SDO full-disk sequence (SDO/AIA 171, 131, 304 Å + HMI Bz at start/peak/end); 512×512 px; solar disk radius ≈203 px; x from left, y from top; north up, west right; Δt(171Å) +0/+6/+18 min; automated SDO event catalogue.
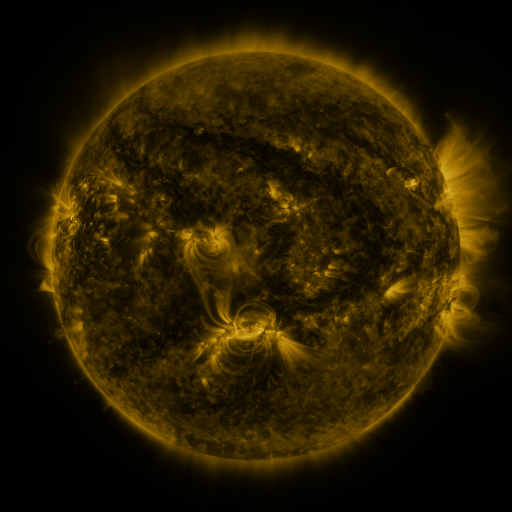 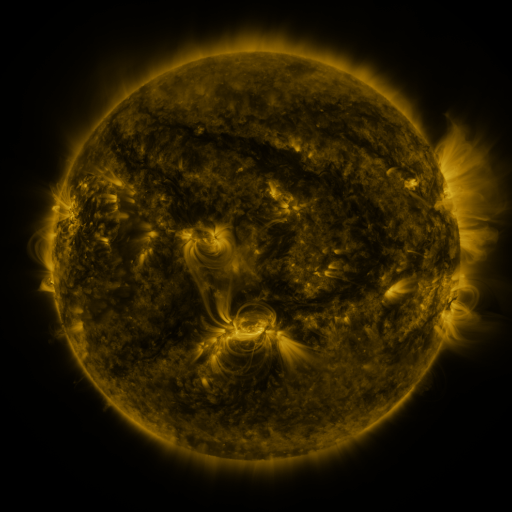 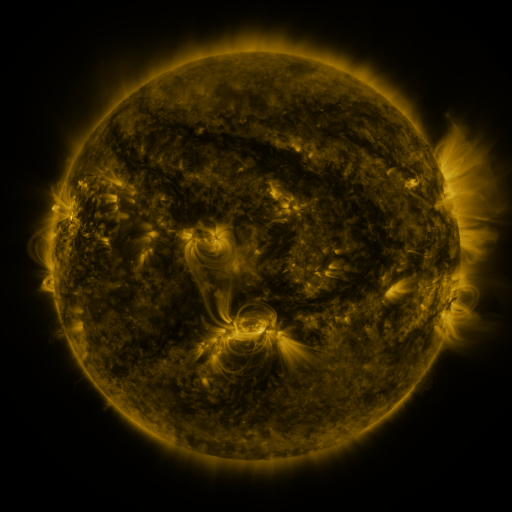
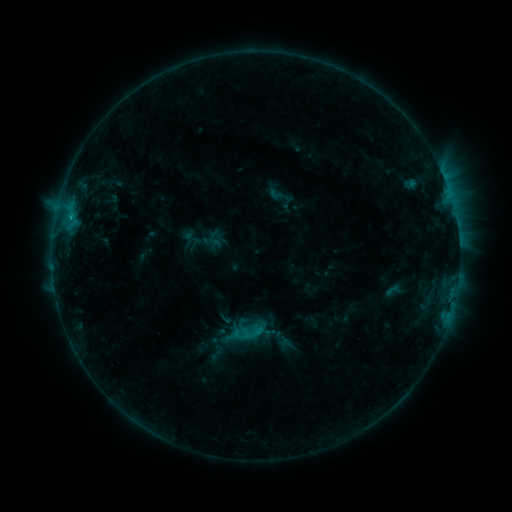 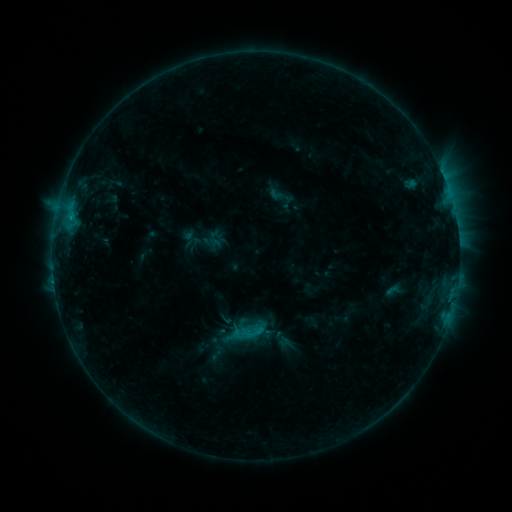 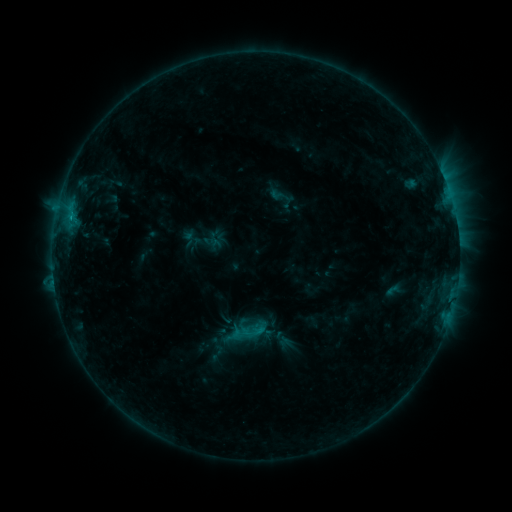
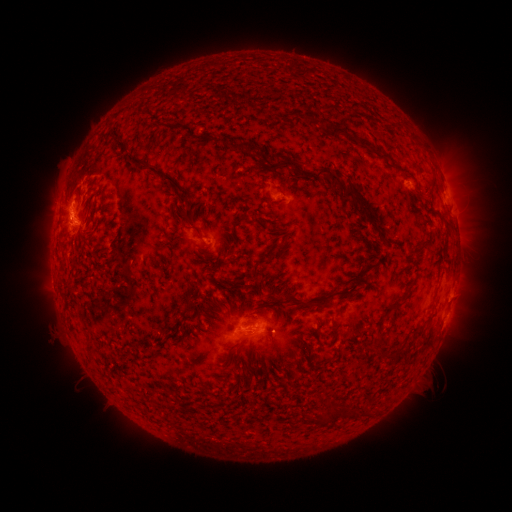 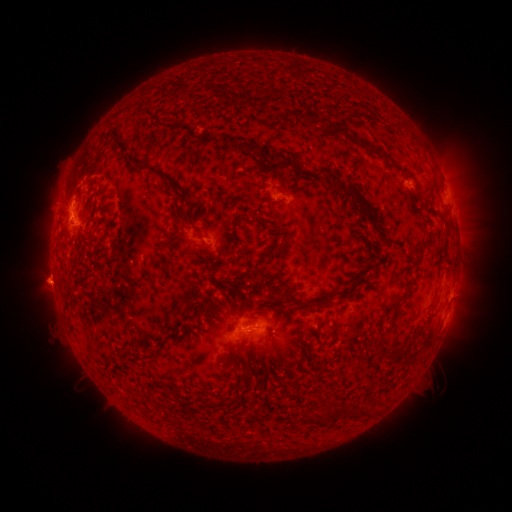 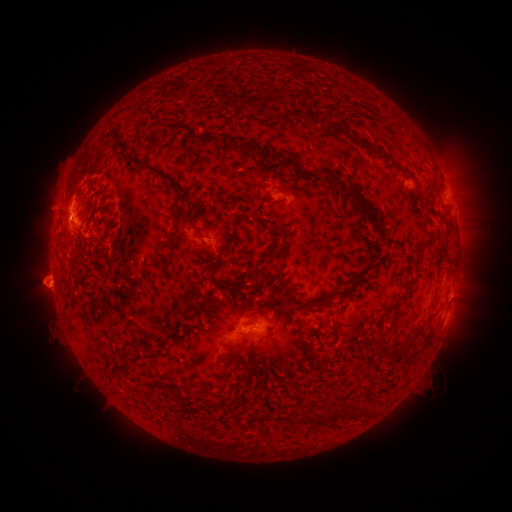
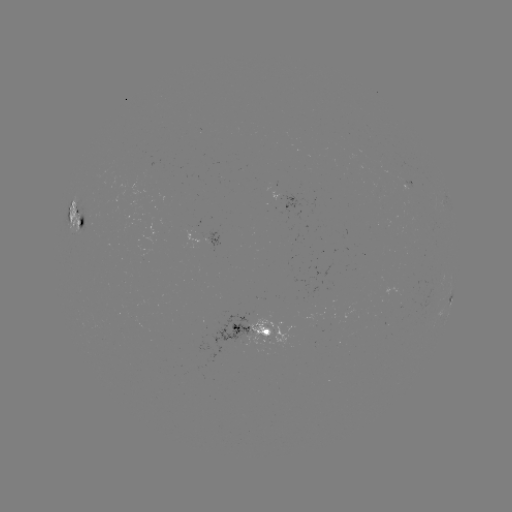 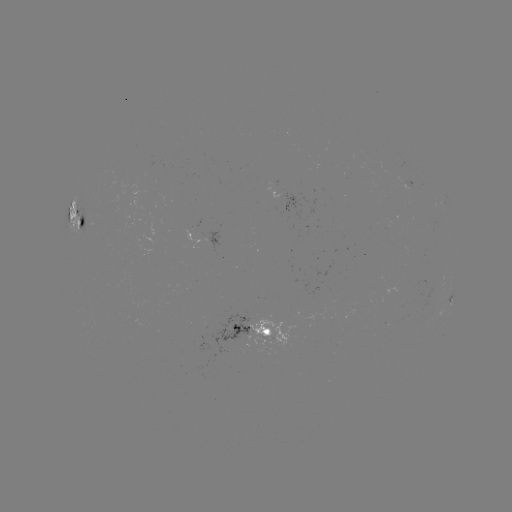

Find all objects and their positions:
eruption: (50, 287)
